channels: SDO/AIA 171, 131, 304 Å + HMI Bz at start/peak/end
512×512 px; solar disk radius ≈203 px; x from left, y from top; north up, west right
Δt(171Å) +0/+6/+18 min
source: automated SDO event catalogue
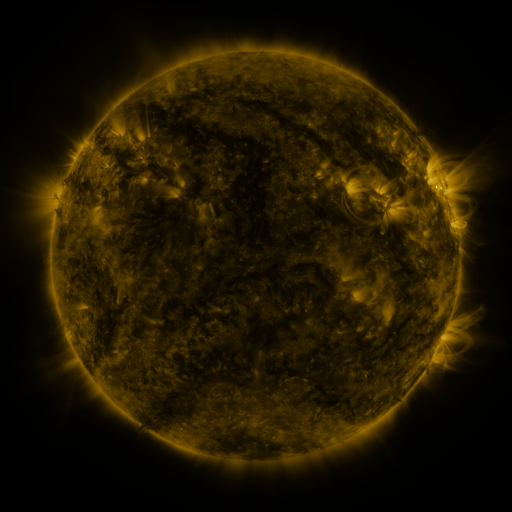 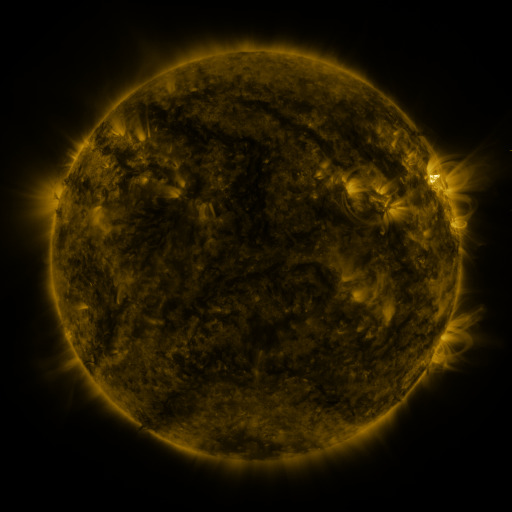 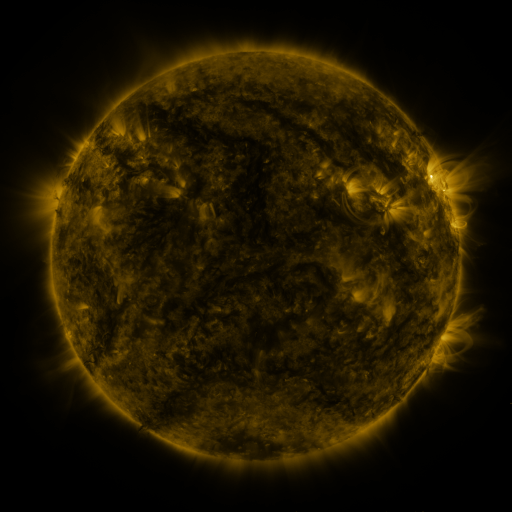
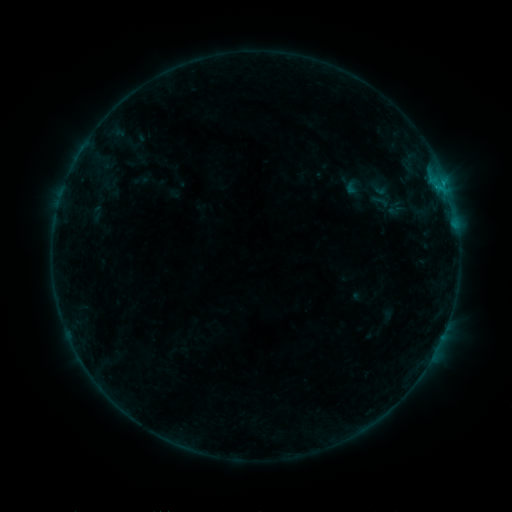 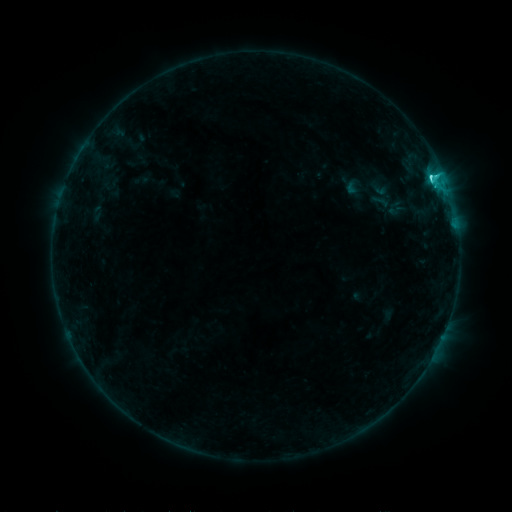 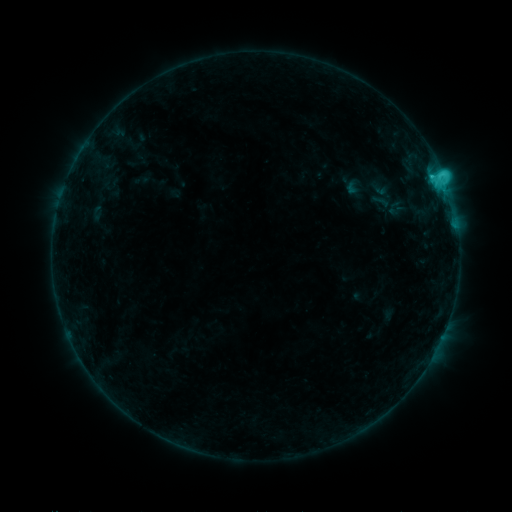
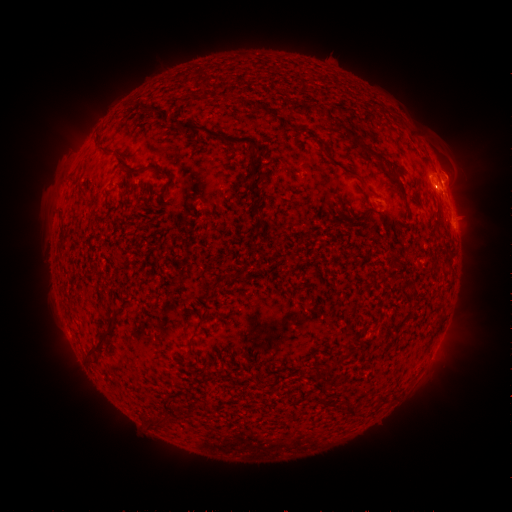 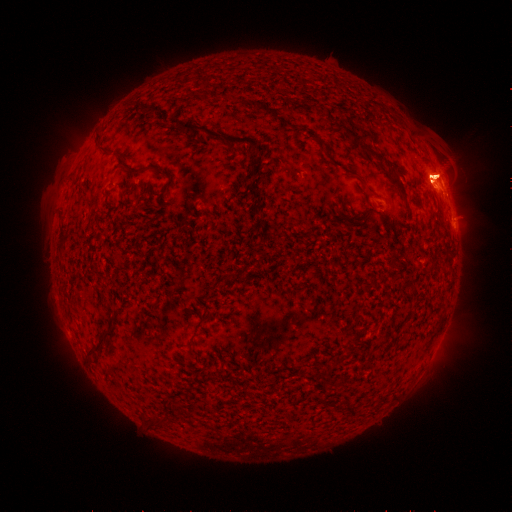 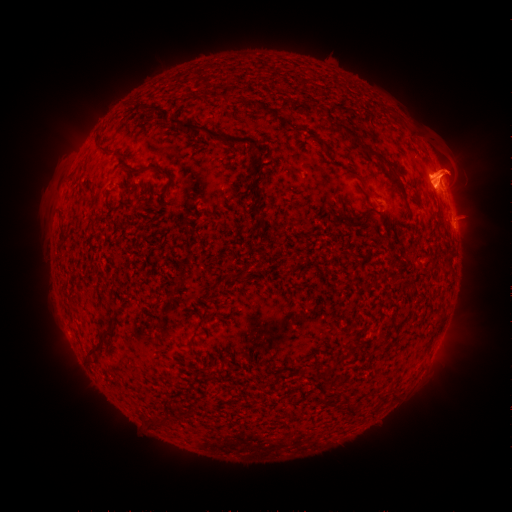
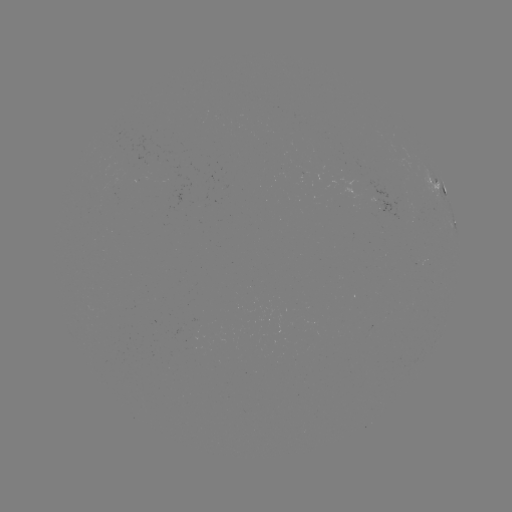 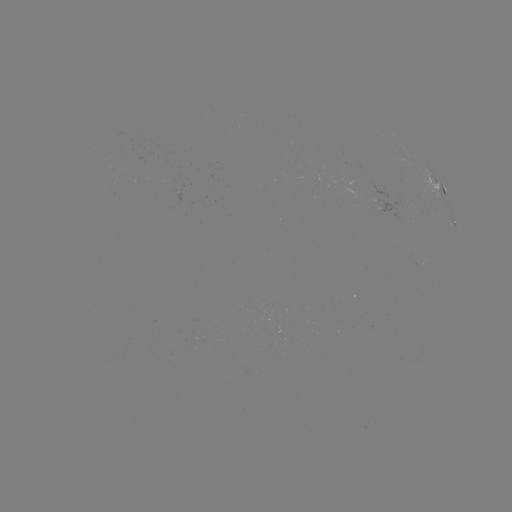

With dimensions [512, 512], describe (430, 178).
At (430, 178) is C5.1 flare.